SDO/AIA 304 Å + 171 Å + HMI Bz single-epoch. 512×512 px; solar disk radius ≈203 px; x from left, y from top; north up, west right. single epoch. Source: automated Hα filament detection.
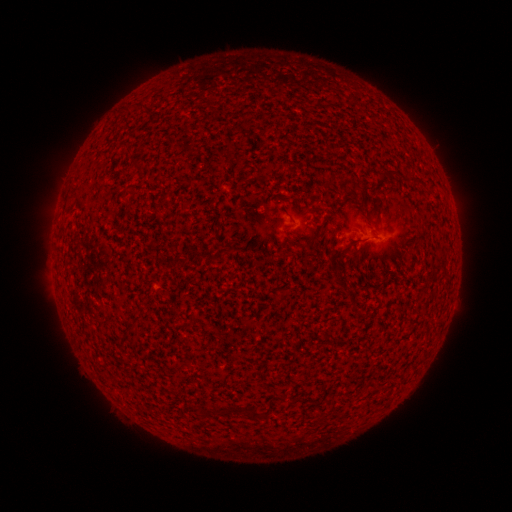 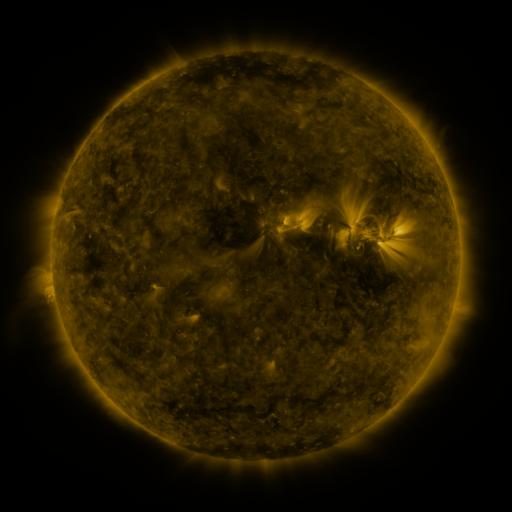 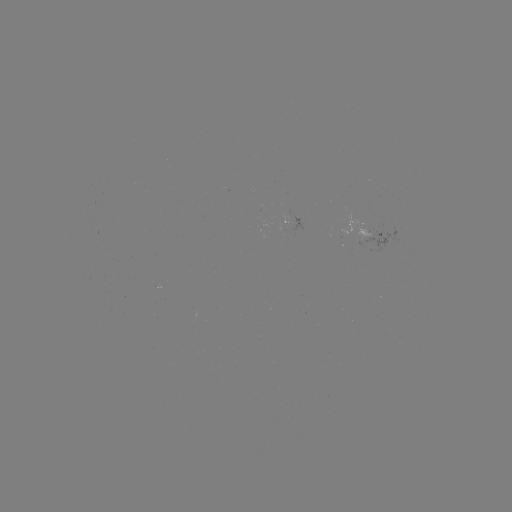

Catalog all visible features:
filament: (134, 163)
filament: (392, 174)
filament: (316, 235)
filament: (340, 254)
filament: (234, 409)
